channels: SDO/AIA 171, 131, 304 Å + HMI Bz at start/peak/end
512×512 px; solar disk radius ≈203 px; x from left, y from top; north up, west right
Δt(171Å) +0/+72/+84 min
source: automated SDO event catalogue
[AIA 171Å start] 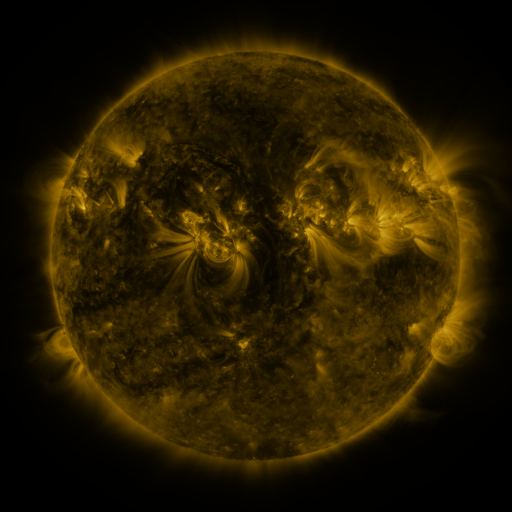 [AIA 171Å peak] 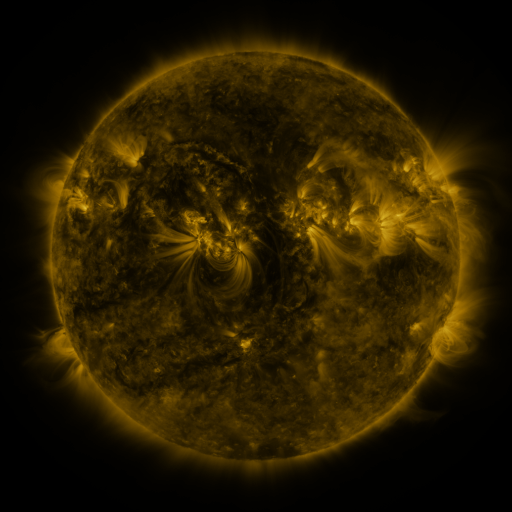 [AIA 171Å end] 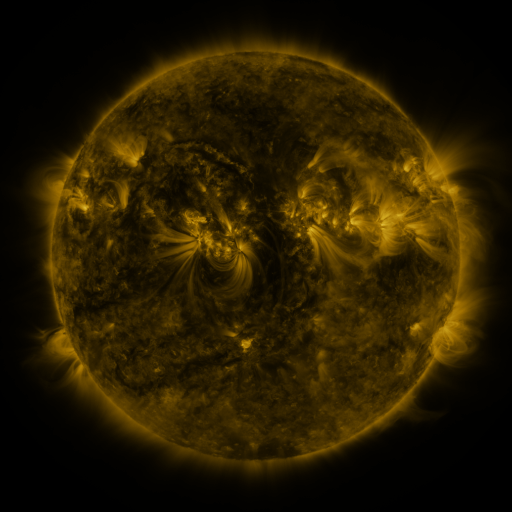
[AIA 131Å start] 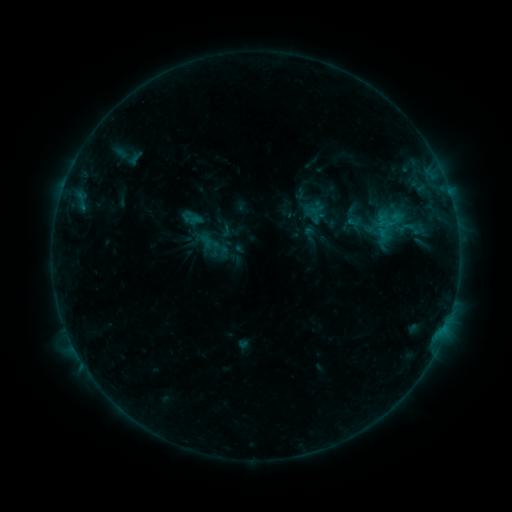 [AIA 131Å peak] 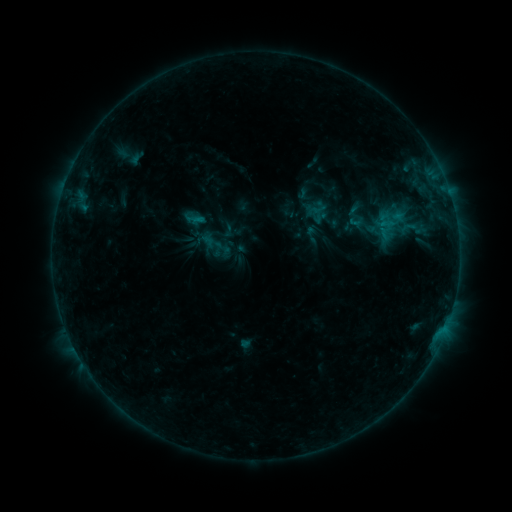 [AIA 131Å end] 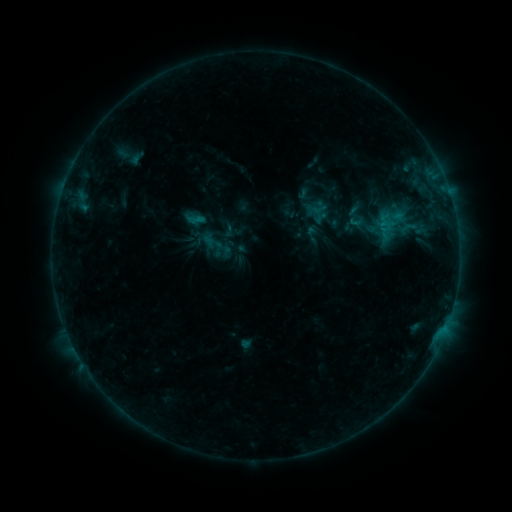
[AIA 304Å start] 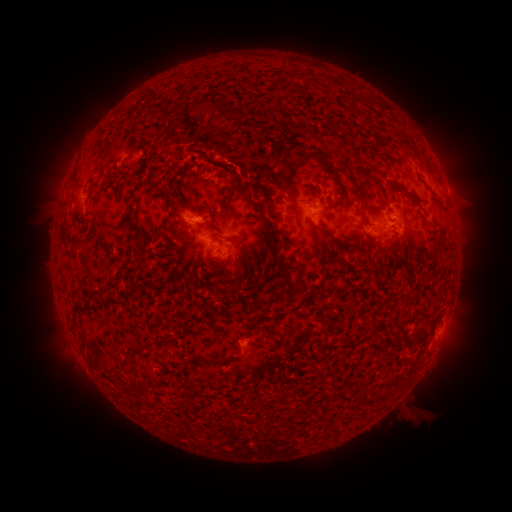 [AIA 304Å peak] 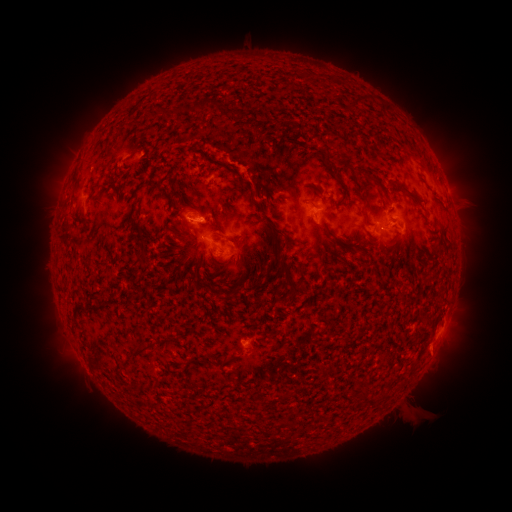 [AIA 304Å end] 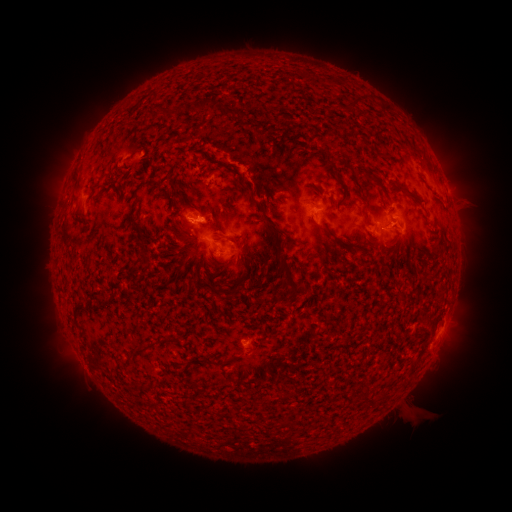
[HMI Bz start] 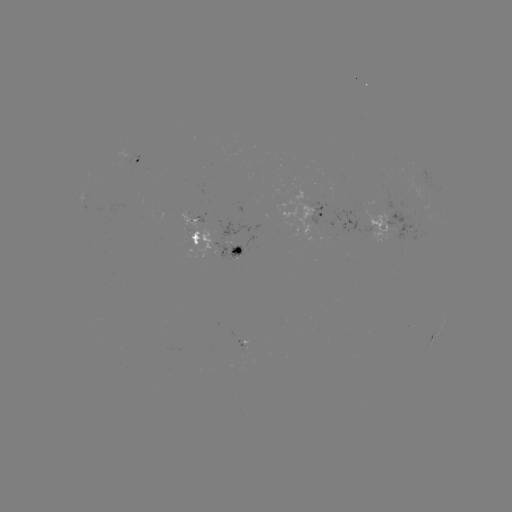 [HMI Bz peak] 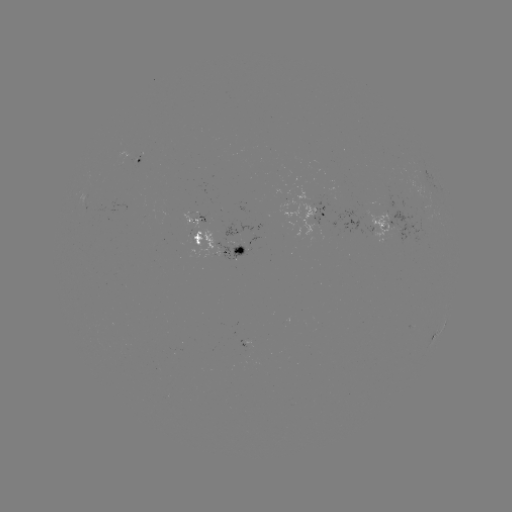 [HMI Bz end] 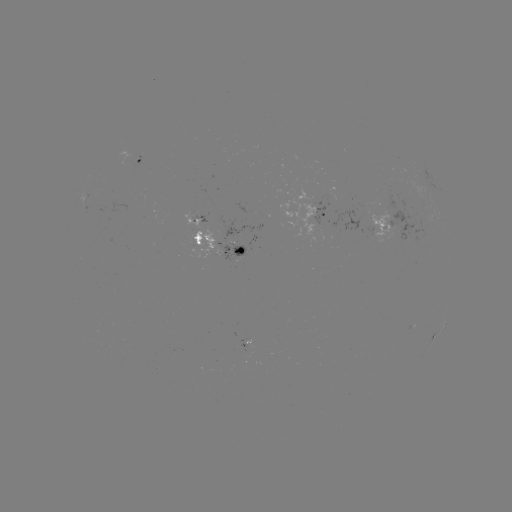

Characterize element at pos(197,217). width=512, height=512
emerging-flux region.